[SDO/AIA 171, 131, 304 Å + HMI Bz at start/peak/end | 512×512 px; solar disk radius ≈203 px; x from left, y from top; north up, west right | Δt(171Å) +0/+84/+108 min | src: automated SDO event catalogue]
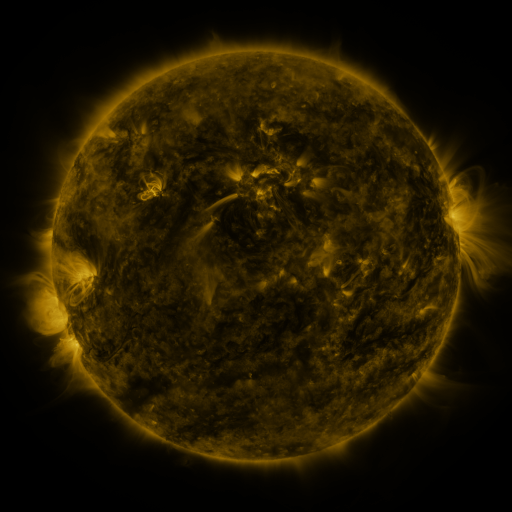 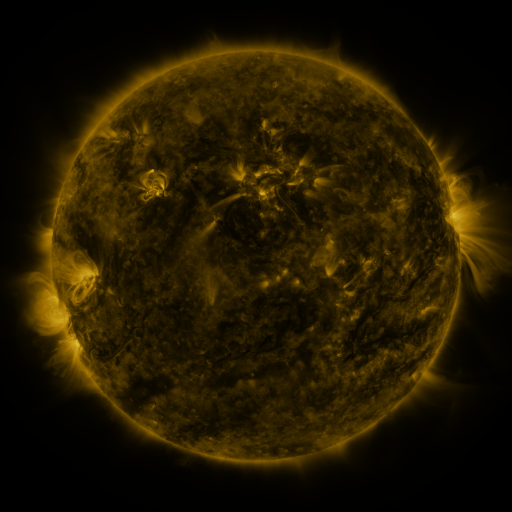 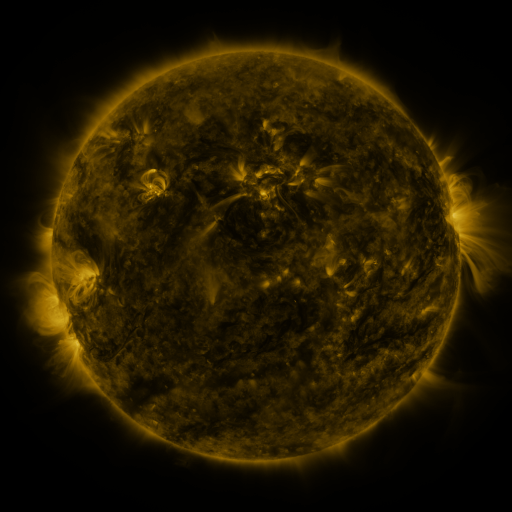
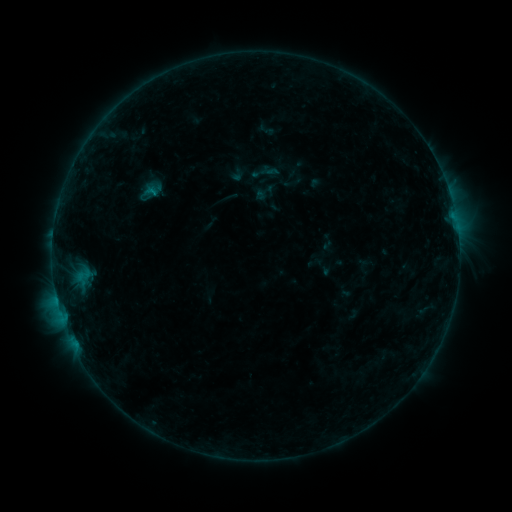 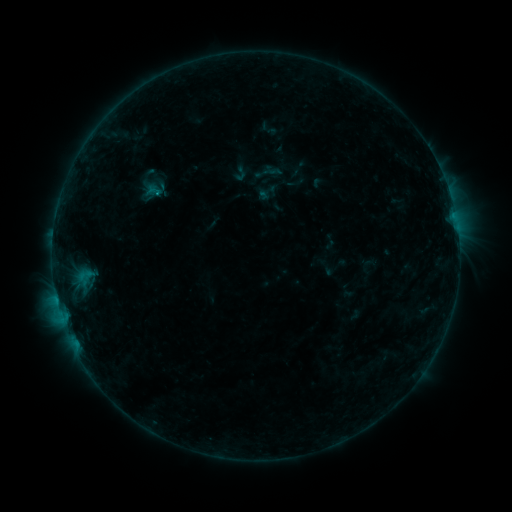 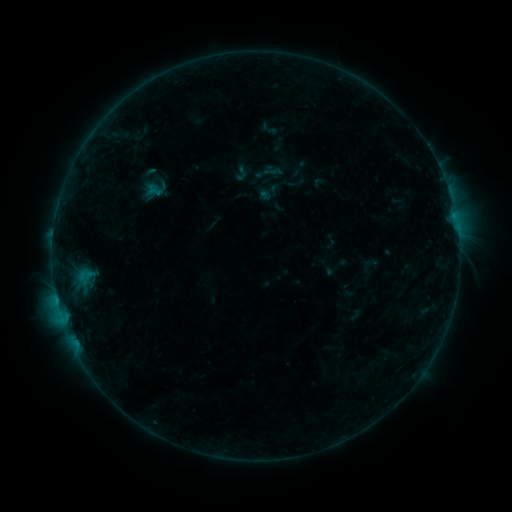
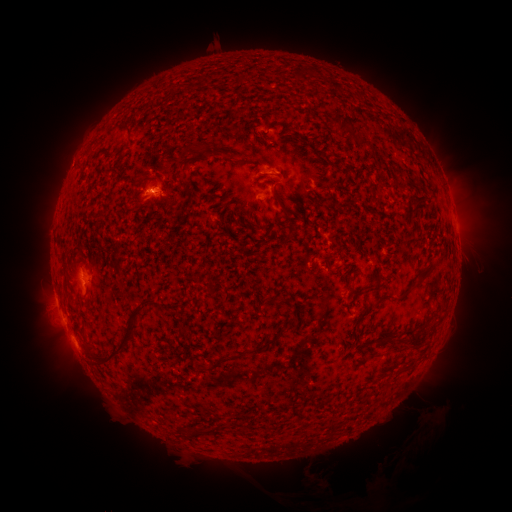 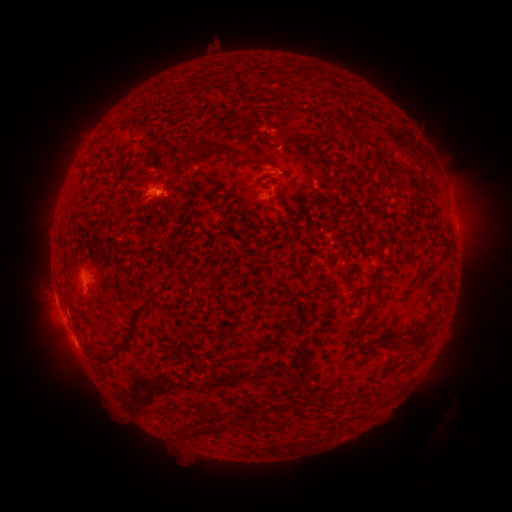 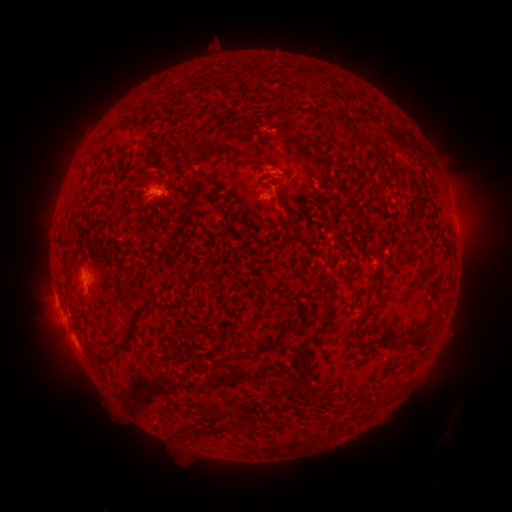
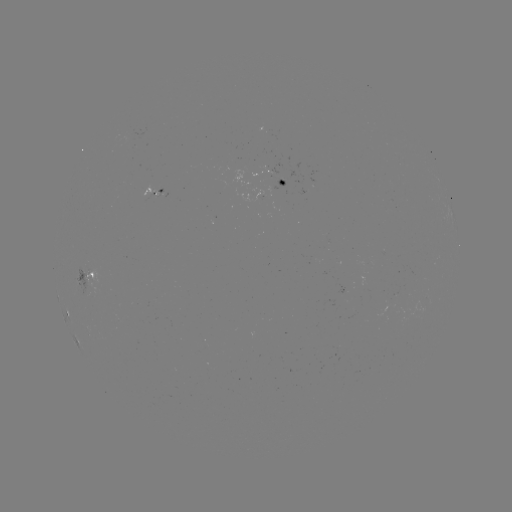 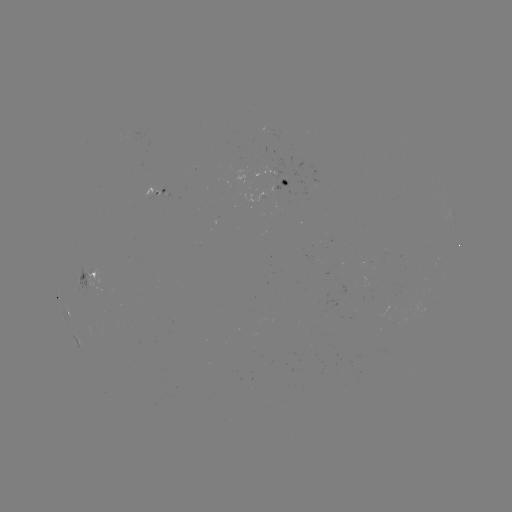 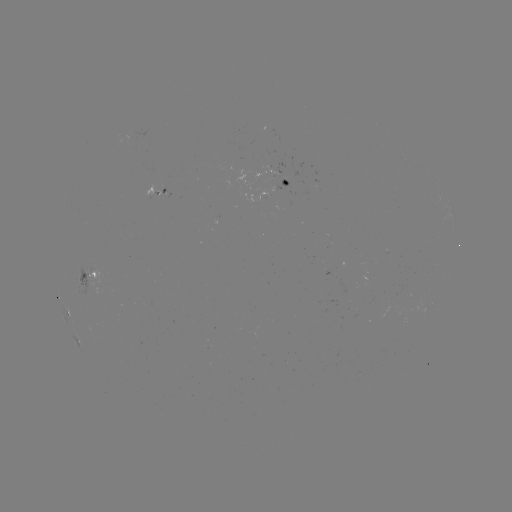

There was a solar emerging-flux region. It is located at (285, 182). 